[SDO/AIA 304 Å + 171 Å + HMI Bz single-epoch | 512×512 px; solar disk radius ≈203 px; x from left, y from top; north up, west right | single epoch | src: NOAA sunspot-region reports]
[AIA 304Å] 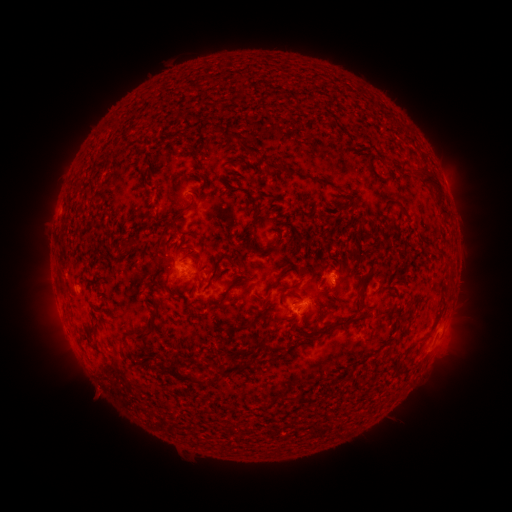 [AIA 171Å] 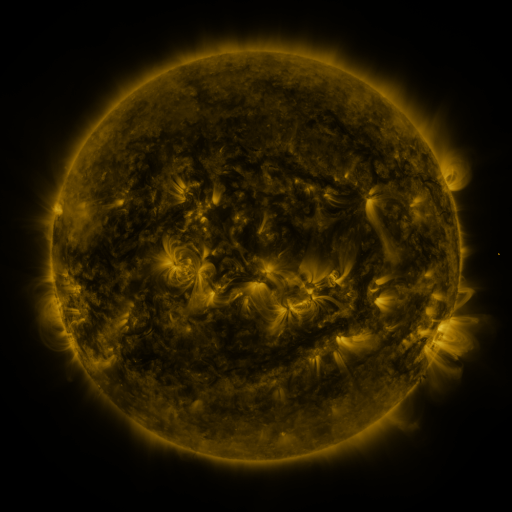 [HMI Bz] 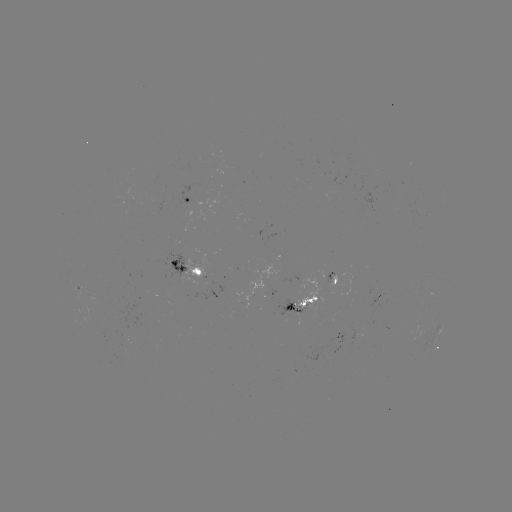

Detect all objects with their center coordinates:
spotted active region: (197, 200)
spotted active region: (203, 266)
spotted active region: (331, 274)
spotted active region: (299, 305)
spotted active region: (440, 337)
